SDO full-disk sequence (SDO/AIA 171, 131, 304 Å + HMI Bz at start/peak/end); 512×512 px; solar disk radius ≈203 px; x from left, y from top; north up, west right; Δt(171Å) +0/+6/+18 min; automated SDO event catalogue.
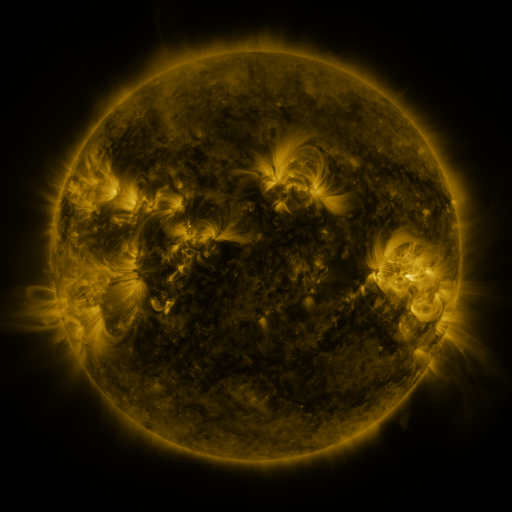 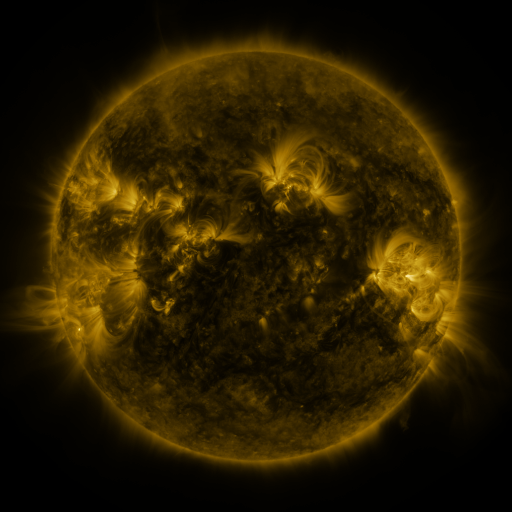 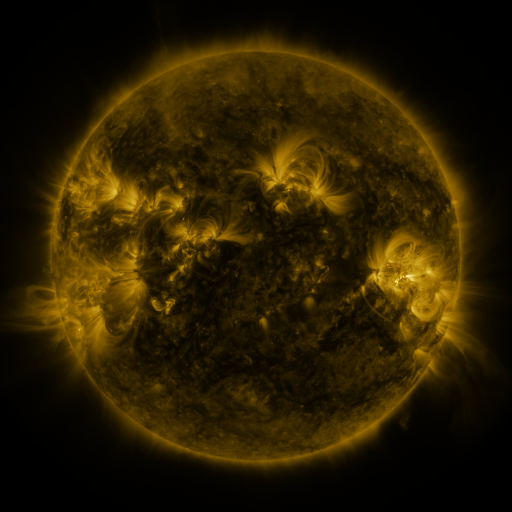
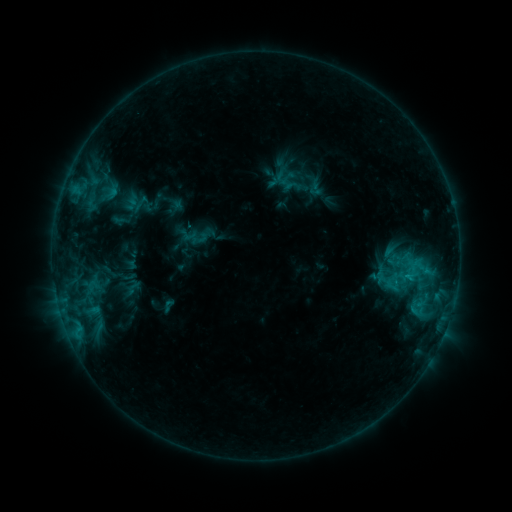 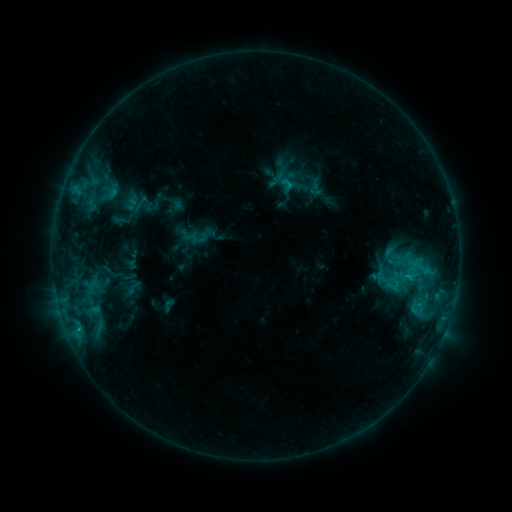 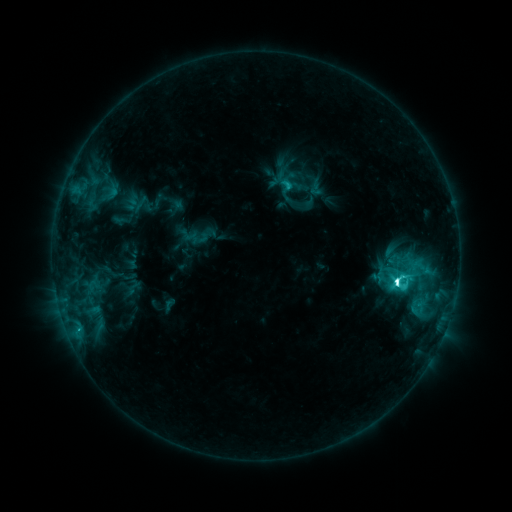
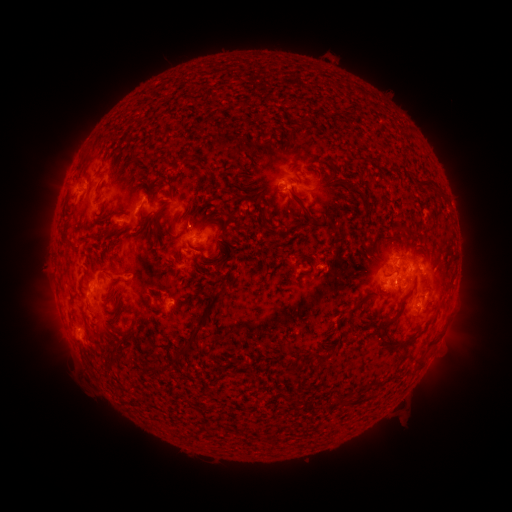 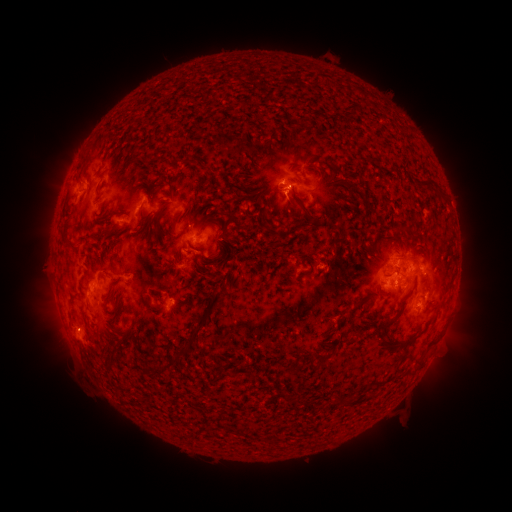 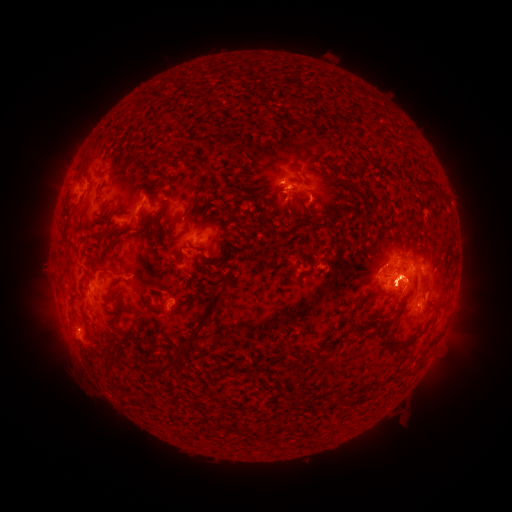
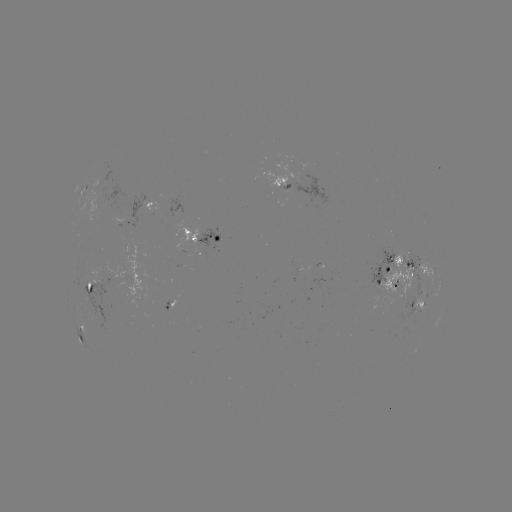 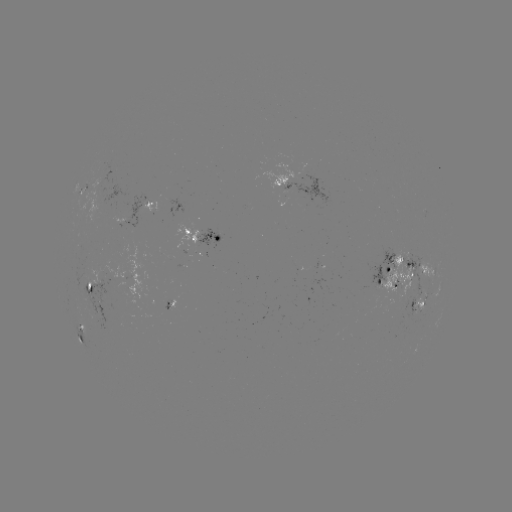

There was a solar eruption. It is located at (287, 207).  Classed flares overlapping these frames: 1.